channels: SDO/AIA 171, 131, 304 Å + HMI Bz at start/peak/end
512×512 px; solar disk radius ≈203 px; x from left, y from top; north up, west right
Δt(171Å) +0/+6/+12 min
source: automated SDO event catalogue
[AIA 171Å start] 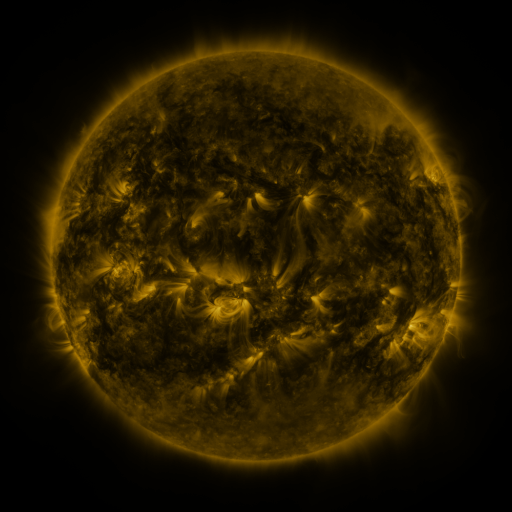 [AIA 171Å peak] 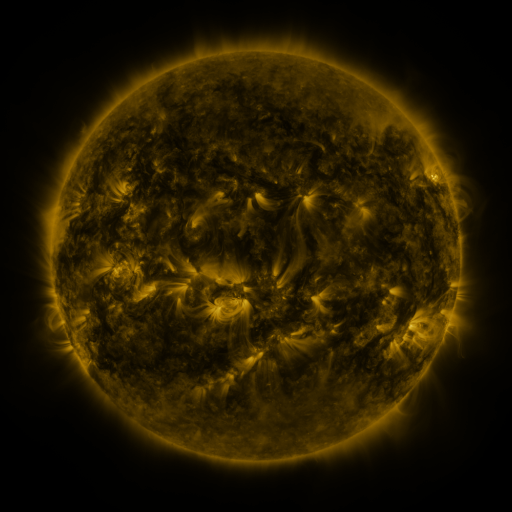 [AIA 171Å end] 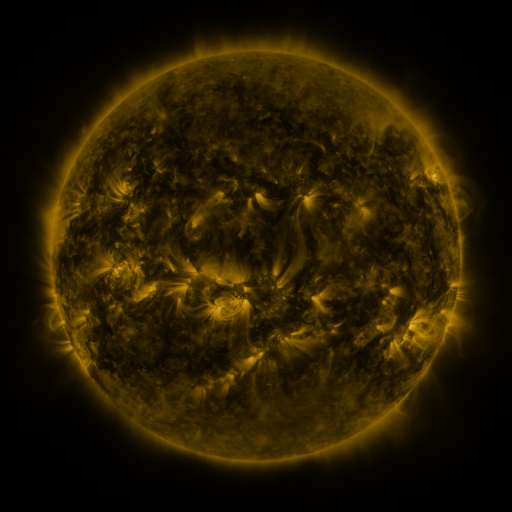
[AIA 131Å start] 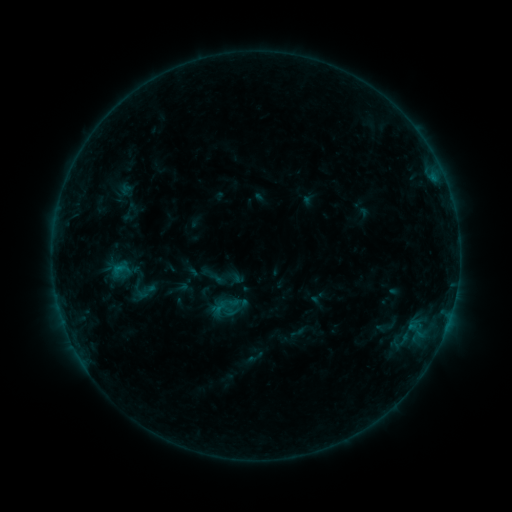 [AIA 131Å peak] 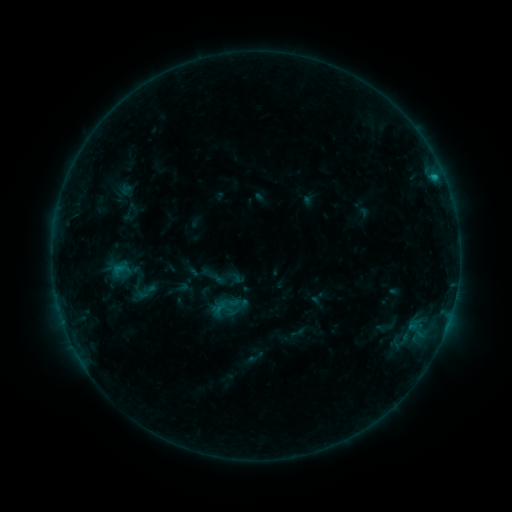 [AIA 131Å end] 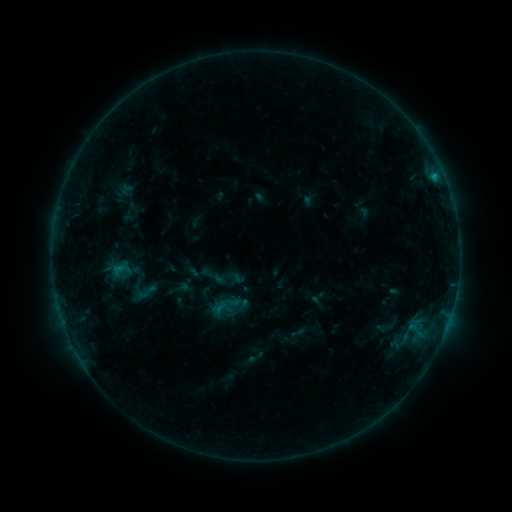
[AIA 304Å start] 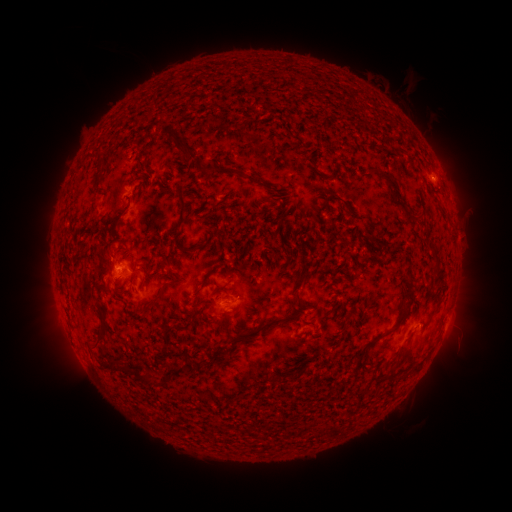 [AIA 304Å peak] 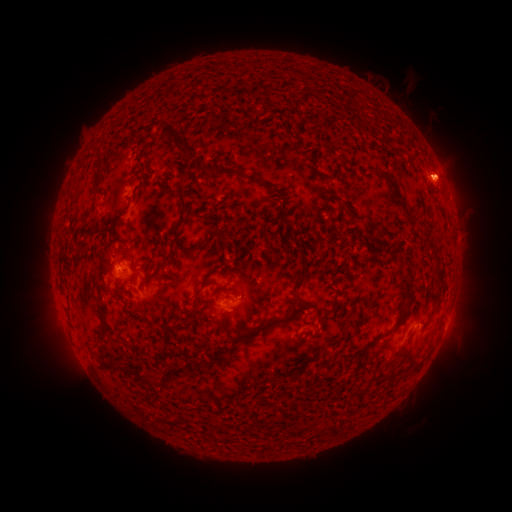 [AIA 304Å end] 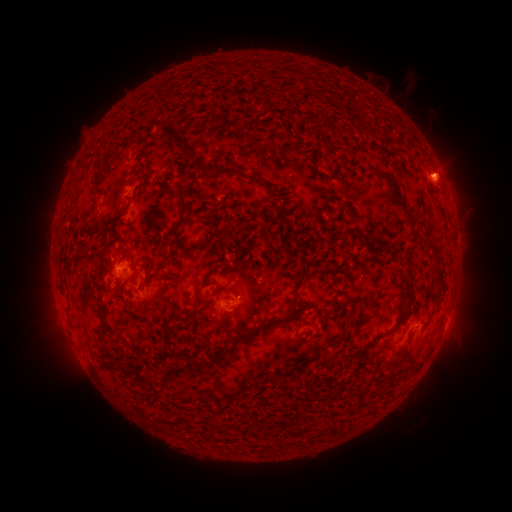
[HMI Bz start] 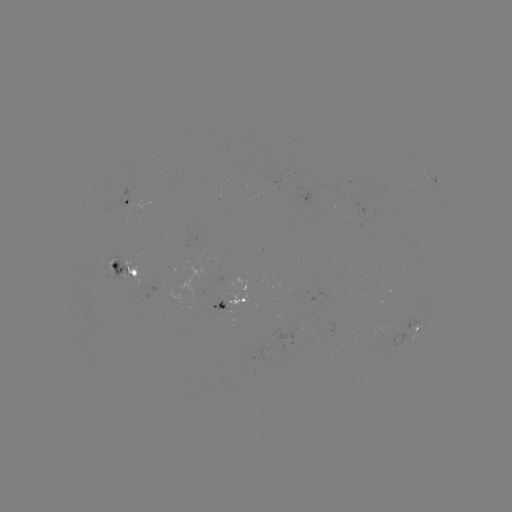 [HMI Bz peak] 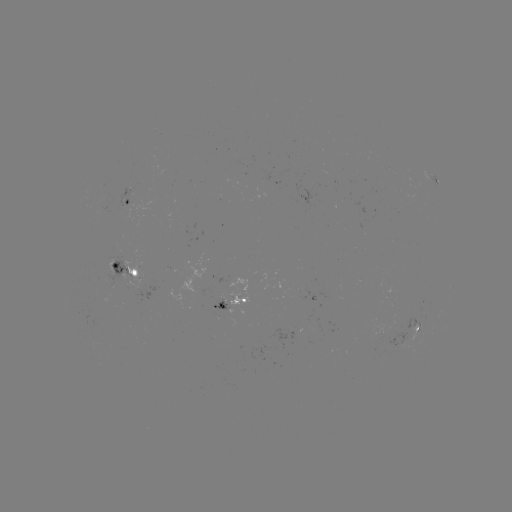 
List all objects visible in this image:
B4.8 flare: (436, 178)
